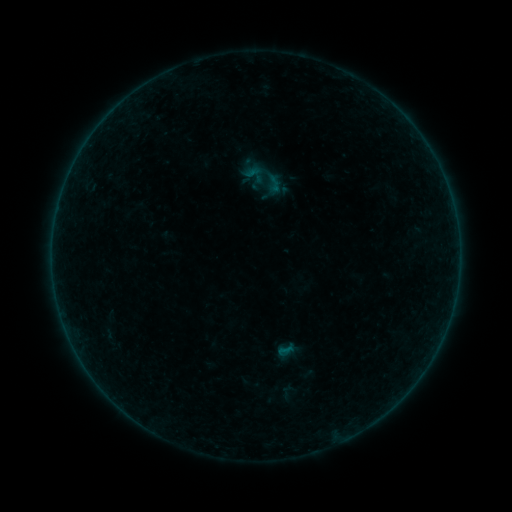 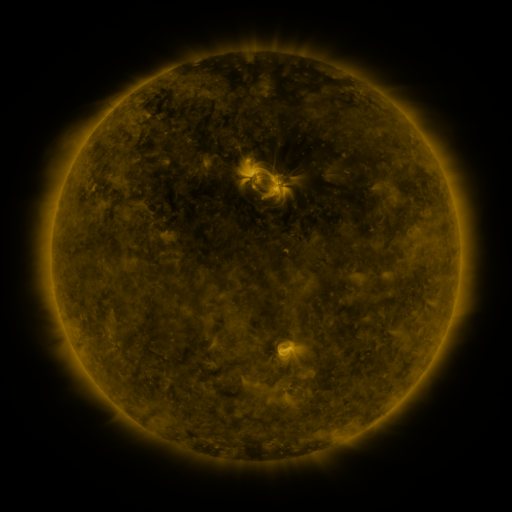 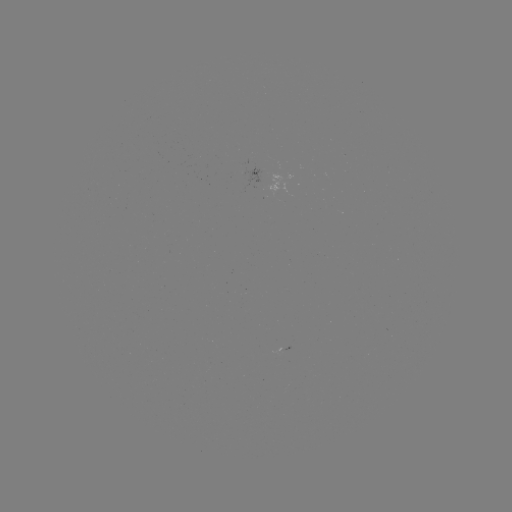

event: sigmoid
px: (255, 174)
